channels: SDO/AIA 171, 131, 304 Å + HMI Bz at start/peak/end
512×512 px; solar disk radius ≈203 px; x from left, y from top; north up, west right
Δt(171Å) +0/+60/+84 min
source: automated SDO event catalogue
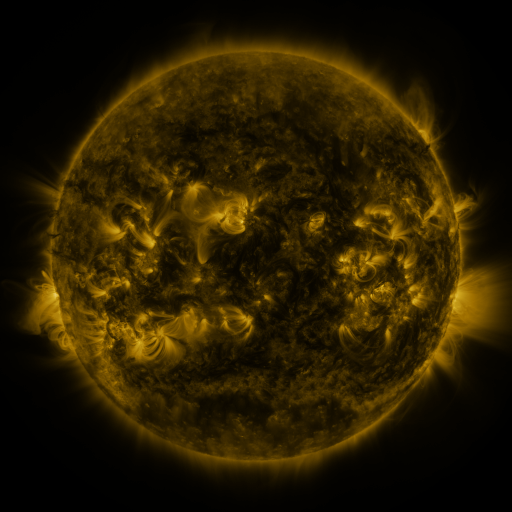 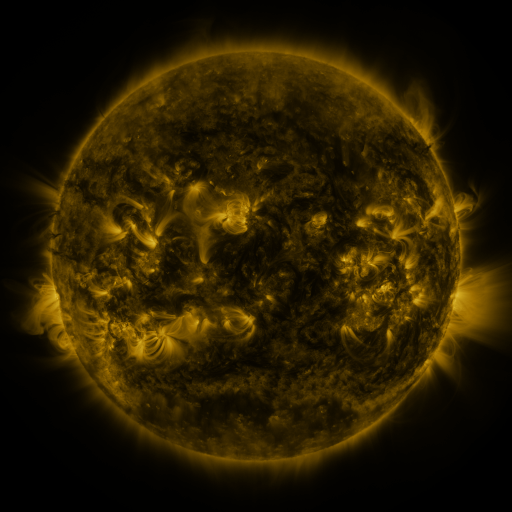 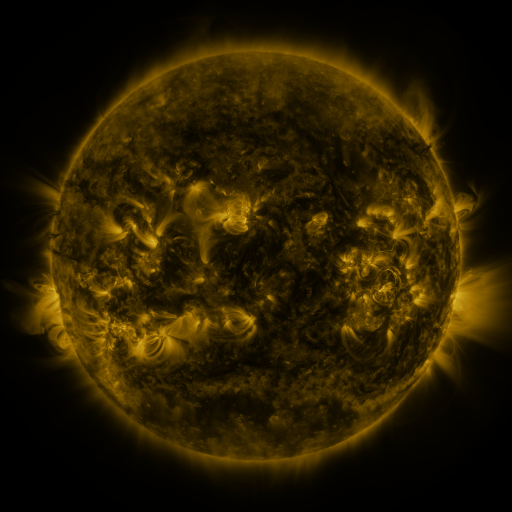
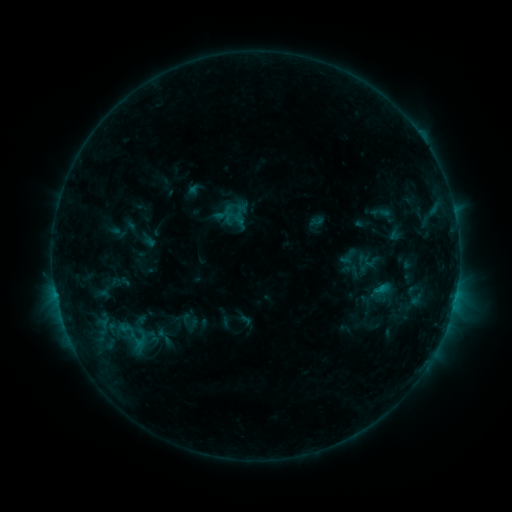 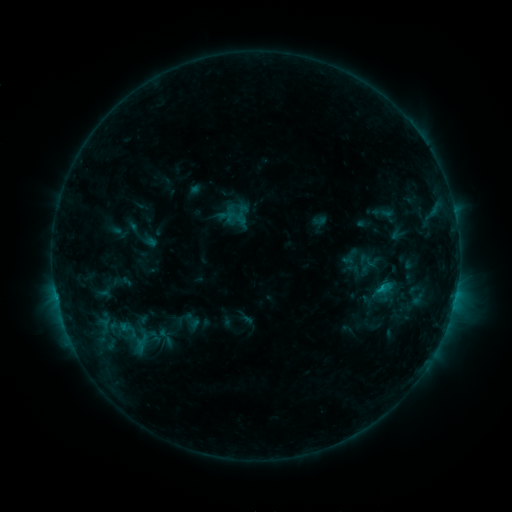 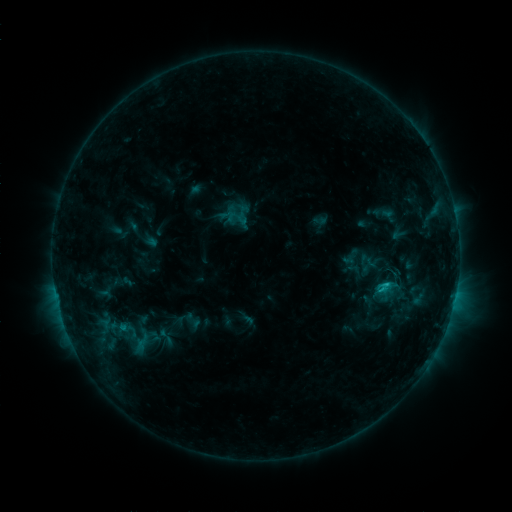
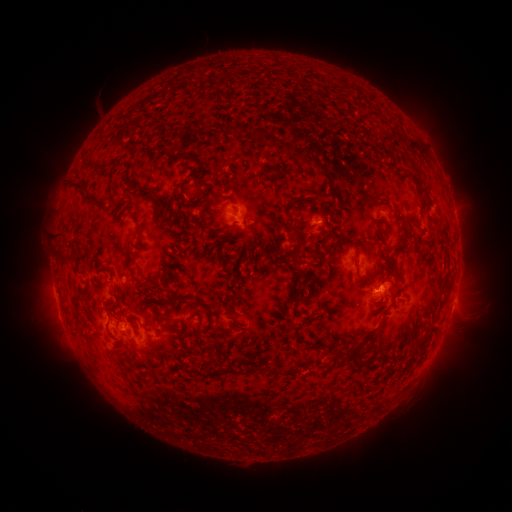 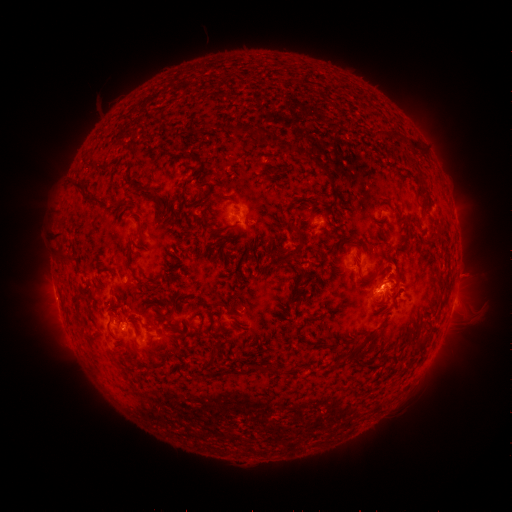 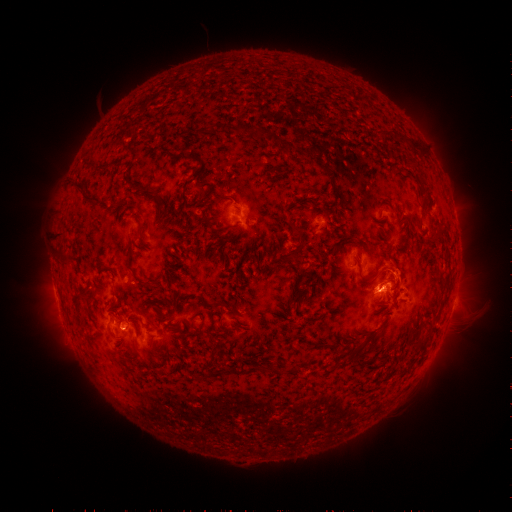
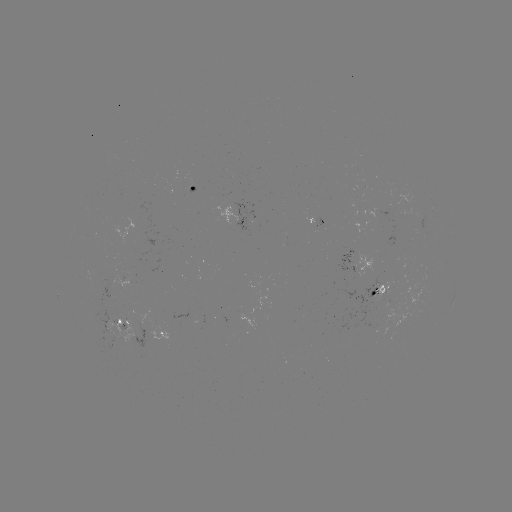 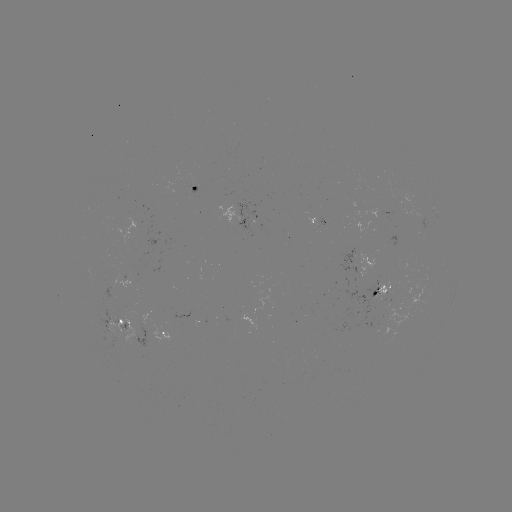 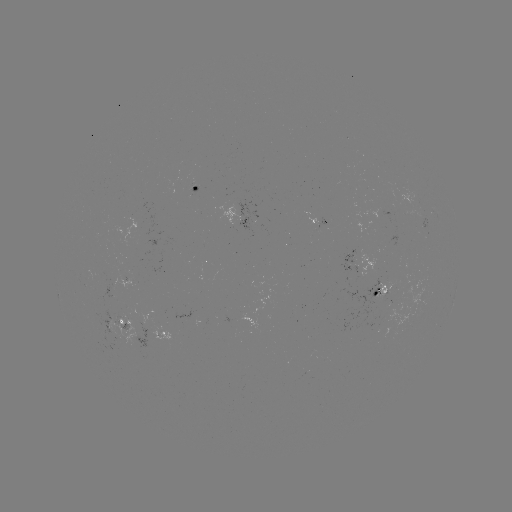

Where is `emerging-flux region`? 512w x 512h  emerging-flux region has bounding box [223, 192, 231, 203].